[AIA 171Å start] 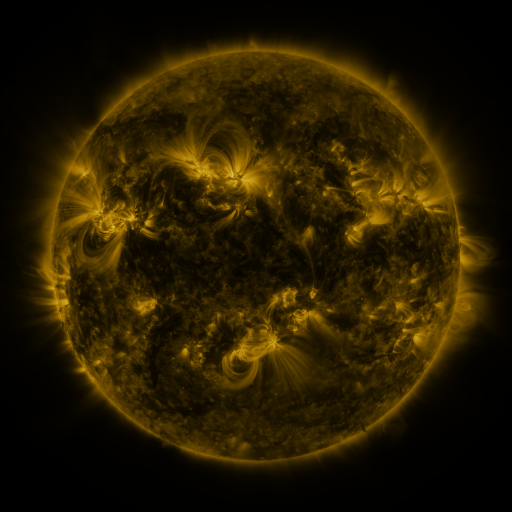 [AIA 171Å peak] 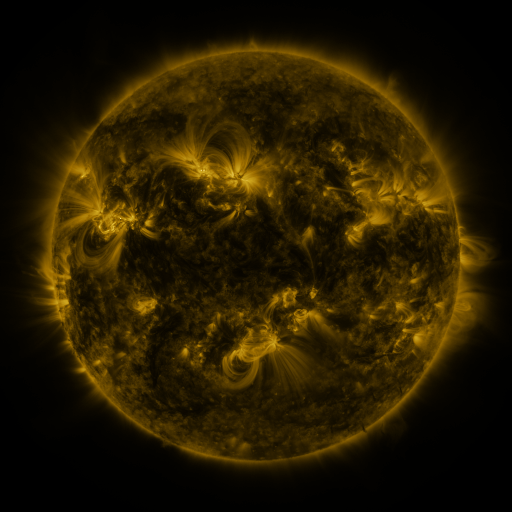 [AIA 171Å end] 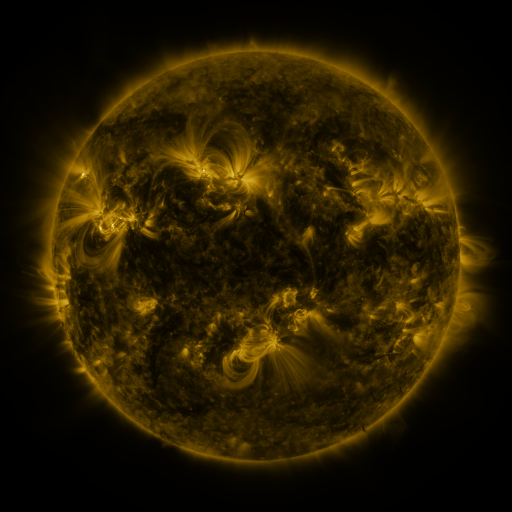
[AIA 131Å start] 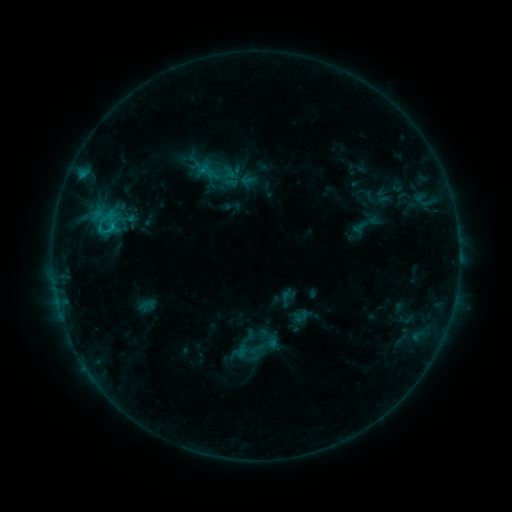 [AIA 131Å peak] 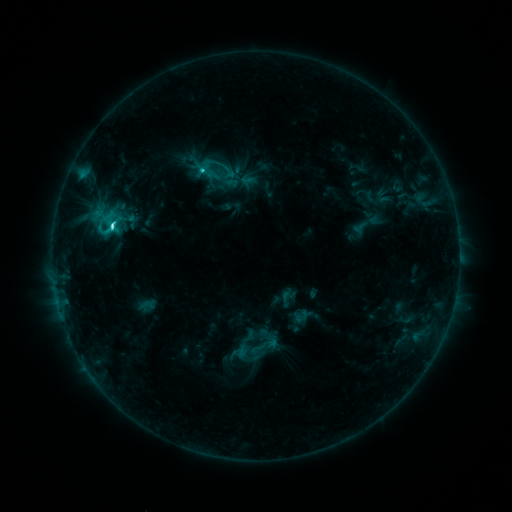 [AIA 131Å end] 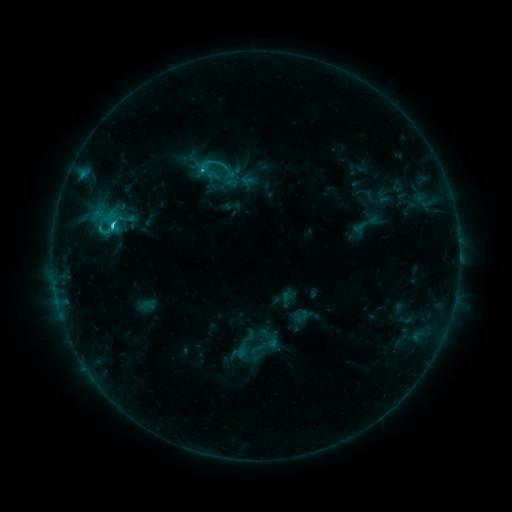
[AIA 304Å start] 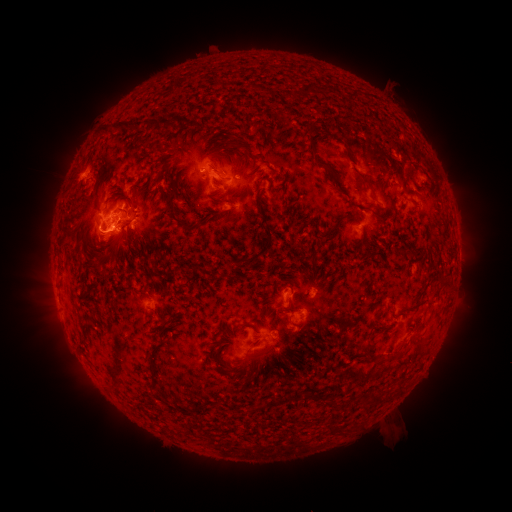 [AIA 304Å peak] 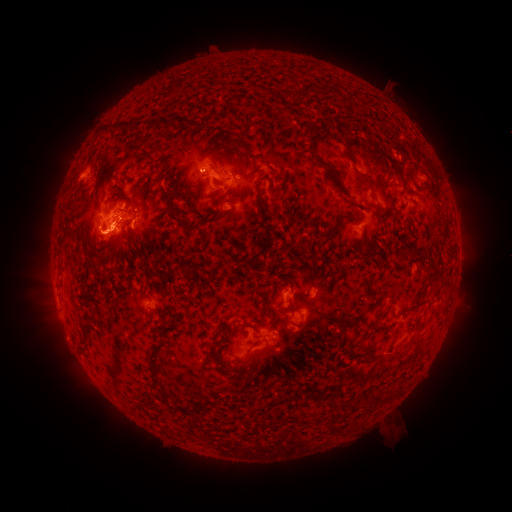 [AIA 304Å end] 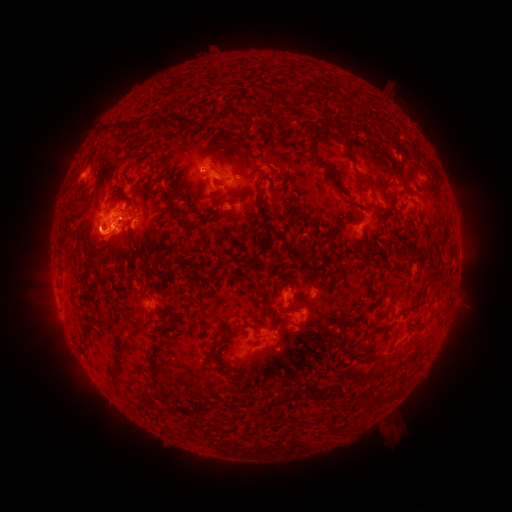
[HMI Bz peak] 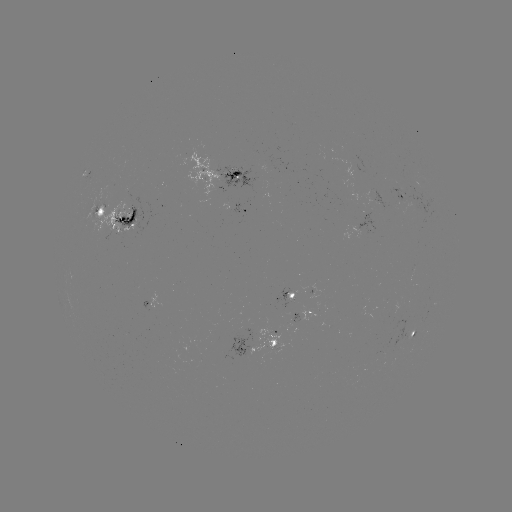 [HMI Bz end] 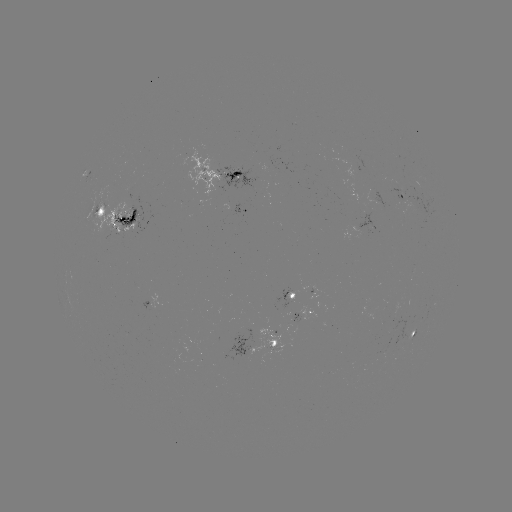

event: flare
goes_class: C3.8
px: (114, 227)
